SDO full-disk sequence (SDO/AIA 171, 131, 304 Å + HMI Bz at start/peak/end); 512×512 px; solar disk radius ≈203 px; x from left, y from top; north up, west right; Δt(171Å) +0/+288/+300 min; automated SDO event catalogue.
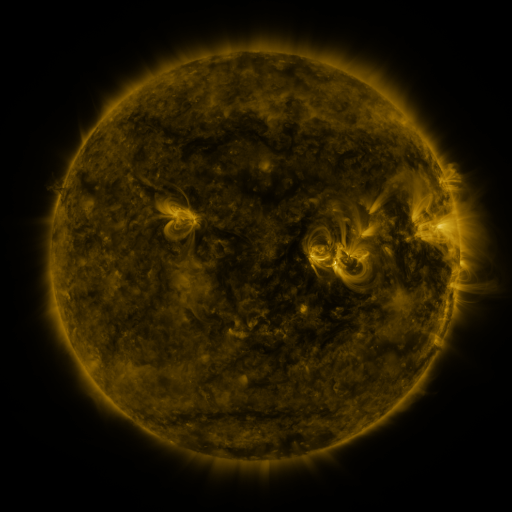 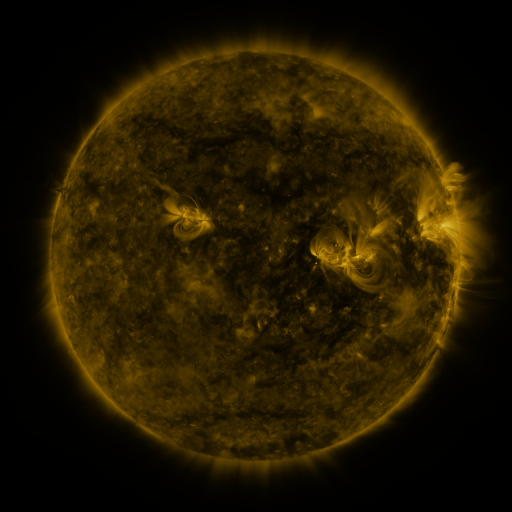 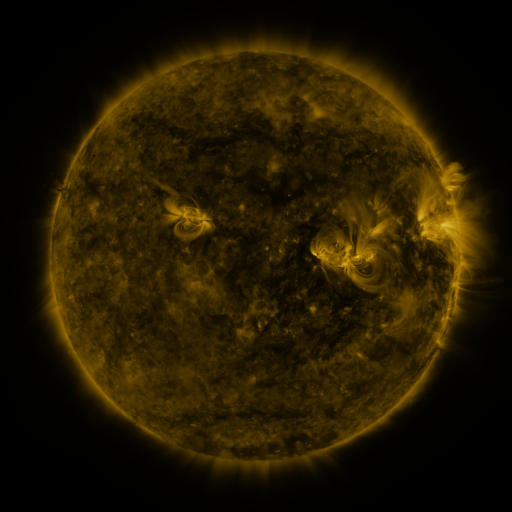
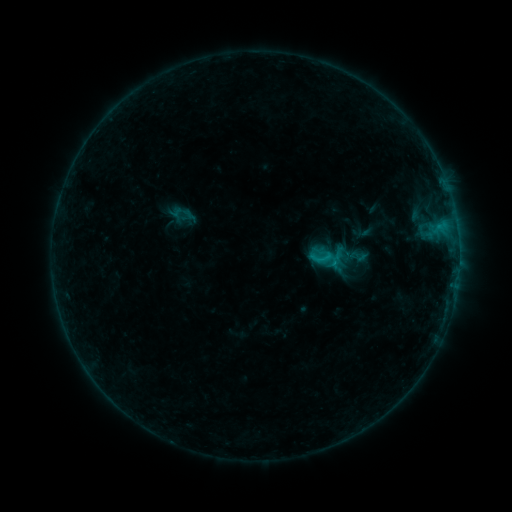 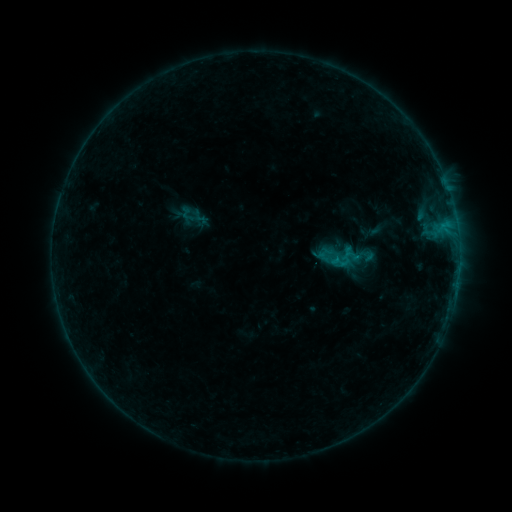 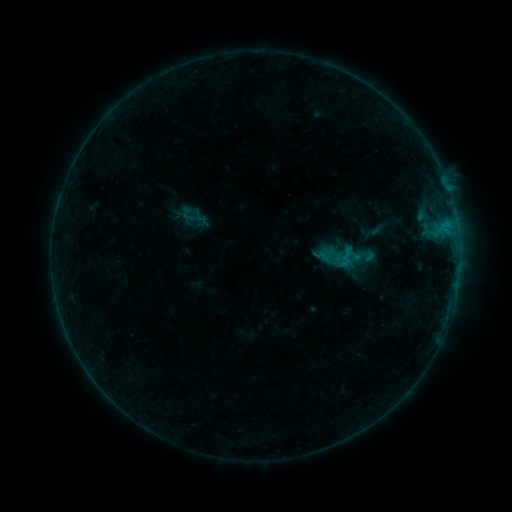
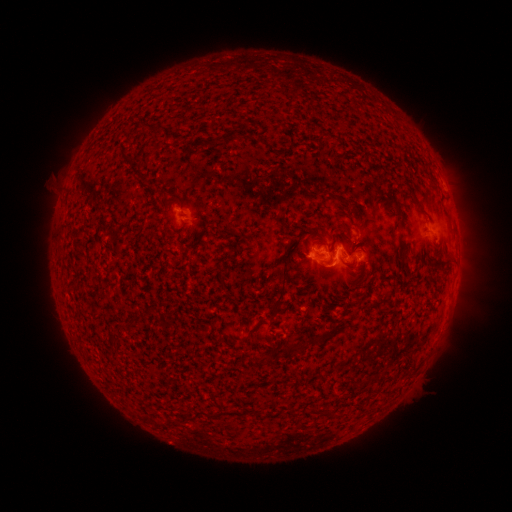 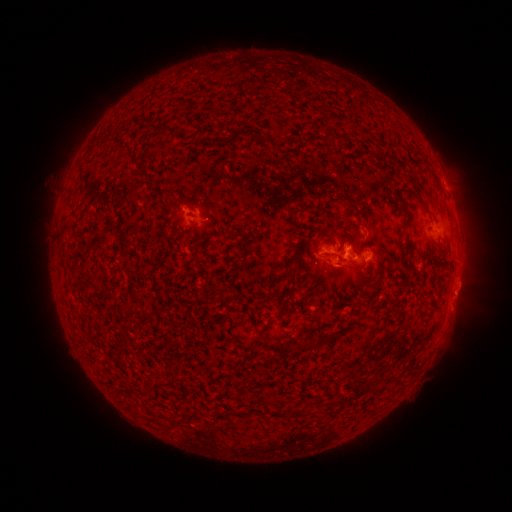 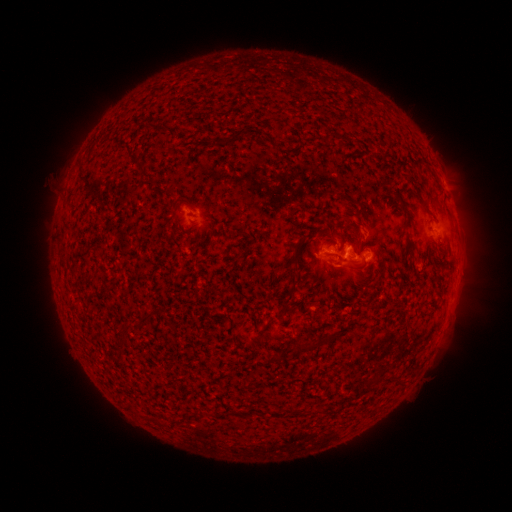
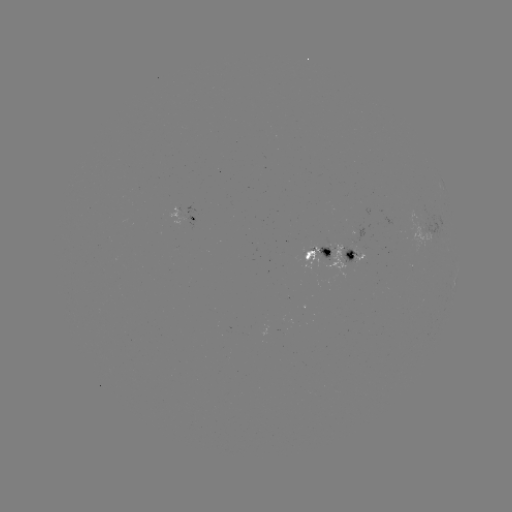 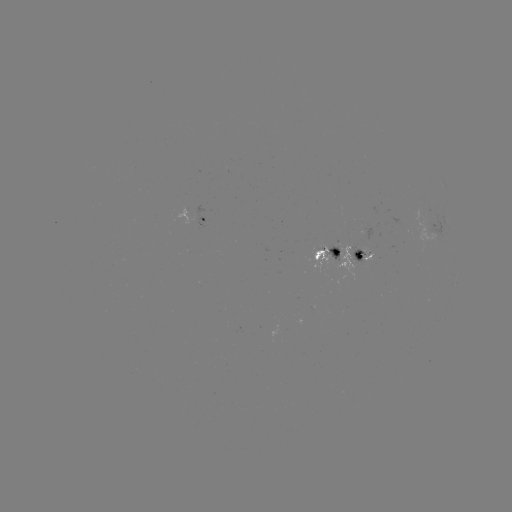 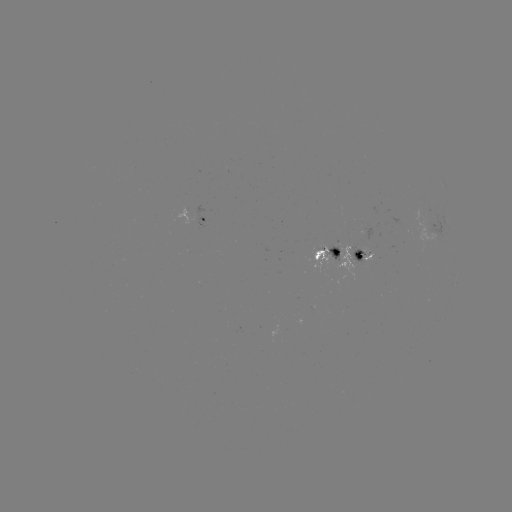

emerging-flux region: [325, 244, 340, 259]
